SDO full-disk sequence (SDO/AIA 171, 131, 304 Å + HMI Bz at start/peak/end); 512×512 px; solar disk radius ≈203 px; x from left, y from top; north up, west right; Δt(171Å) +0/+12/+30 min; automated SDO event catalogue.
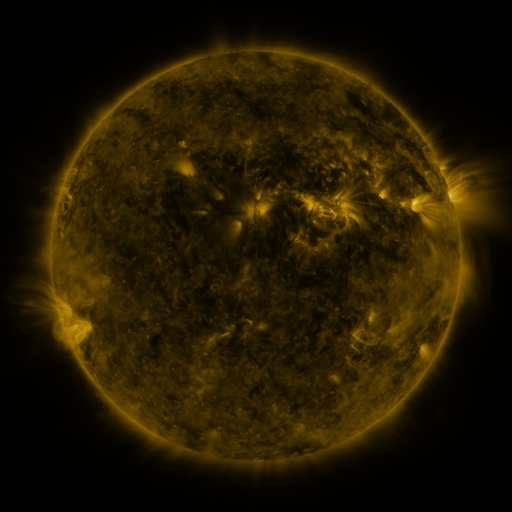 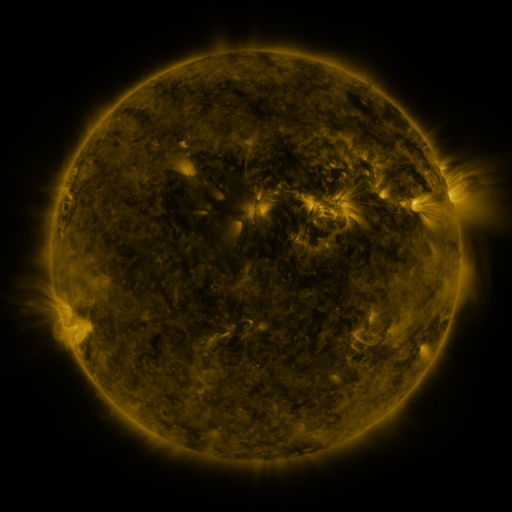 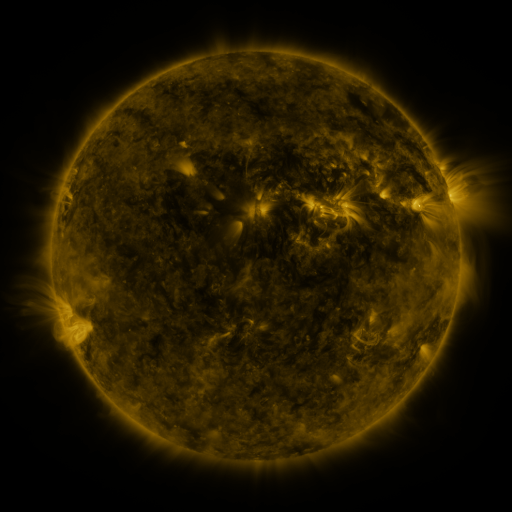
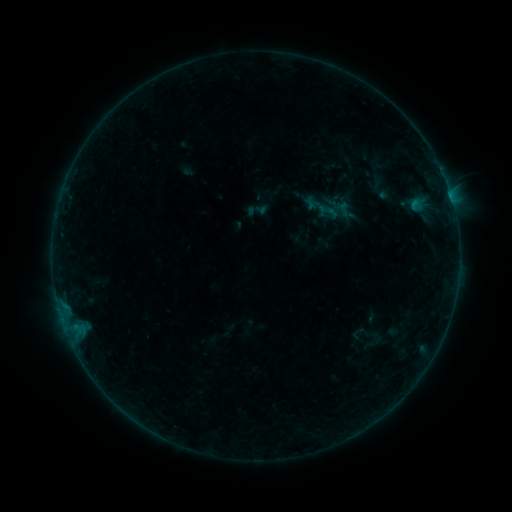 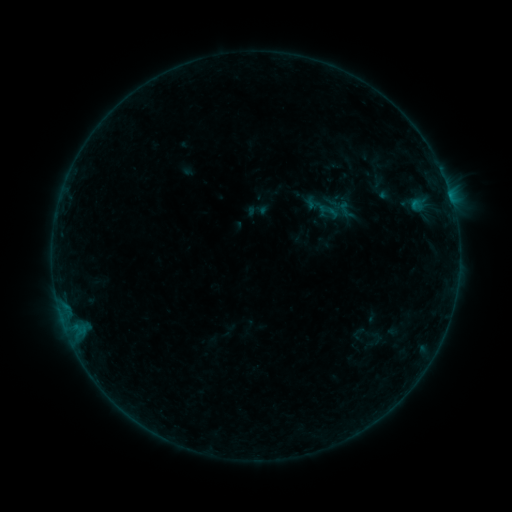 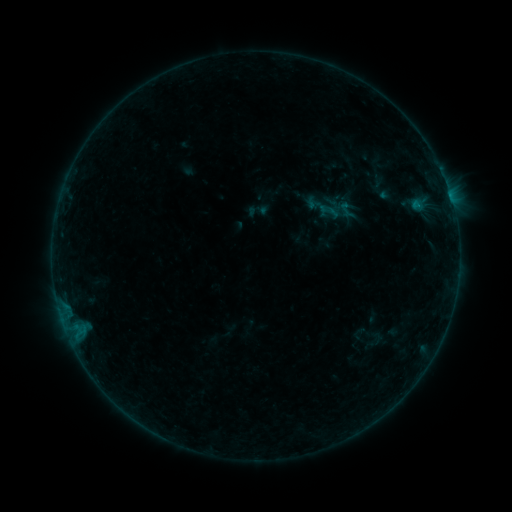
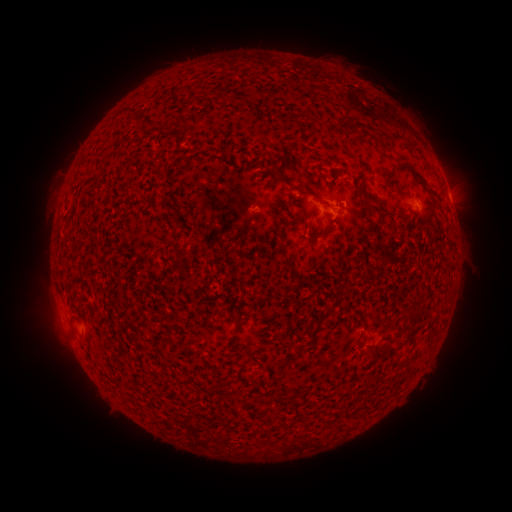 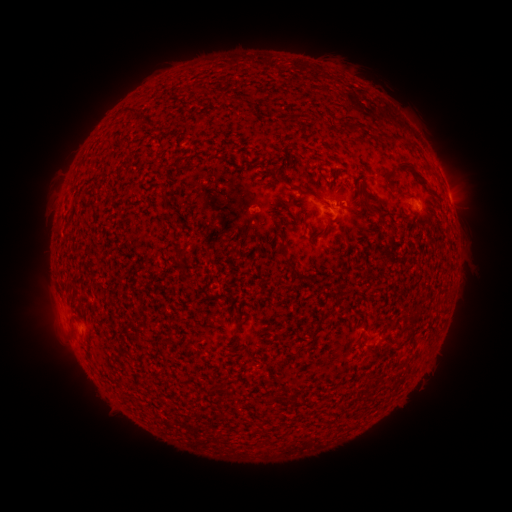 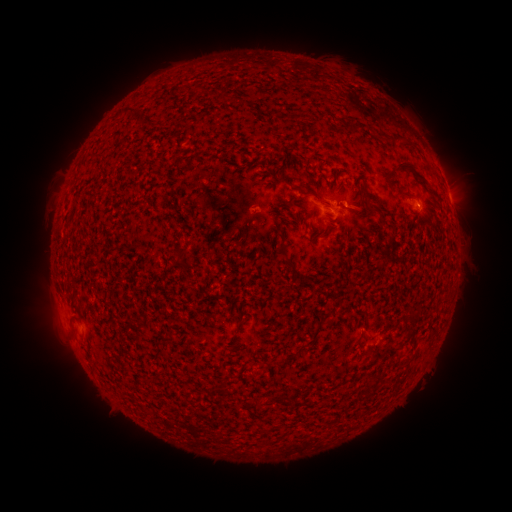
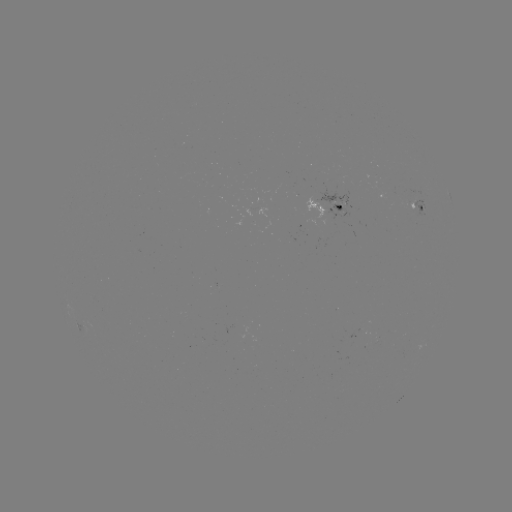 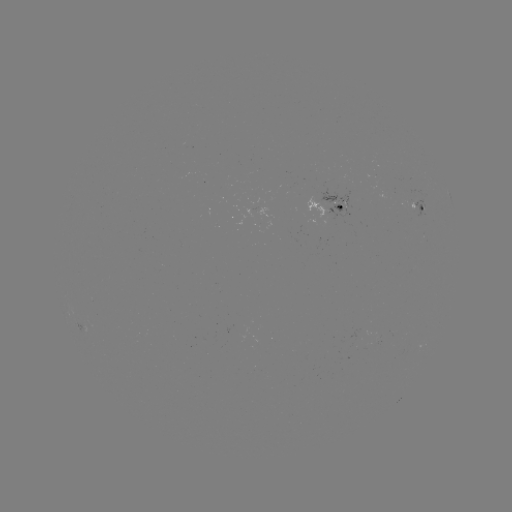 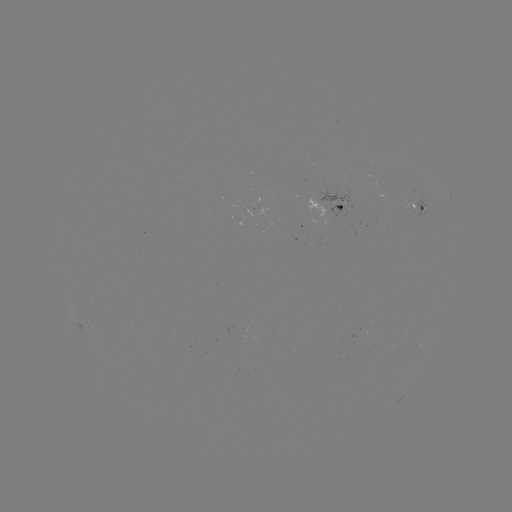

nothing was catalogued: no classed flare, no EUV trigger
